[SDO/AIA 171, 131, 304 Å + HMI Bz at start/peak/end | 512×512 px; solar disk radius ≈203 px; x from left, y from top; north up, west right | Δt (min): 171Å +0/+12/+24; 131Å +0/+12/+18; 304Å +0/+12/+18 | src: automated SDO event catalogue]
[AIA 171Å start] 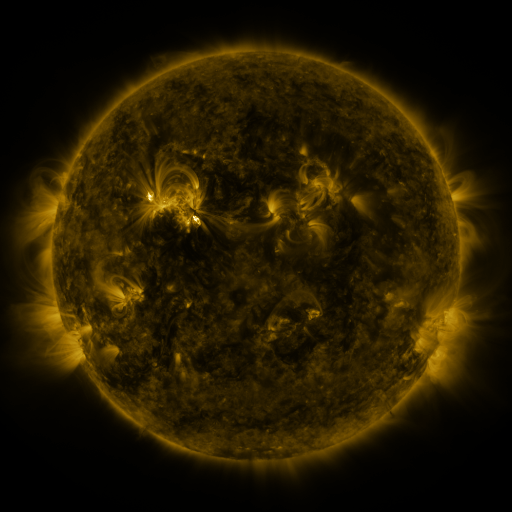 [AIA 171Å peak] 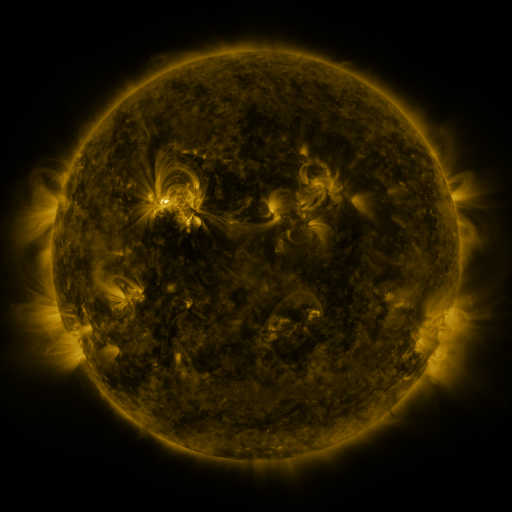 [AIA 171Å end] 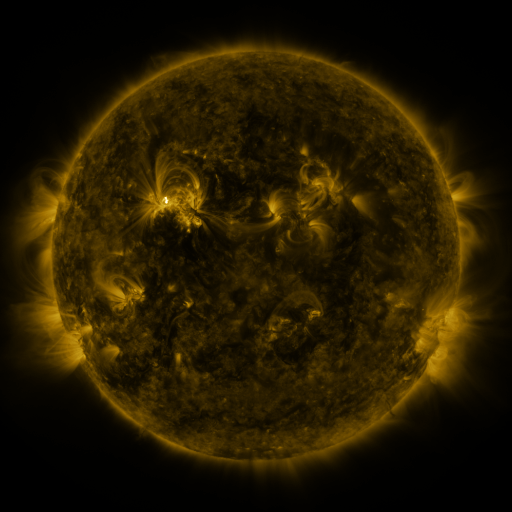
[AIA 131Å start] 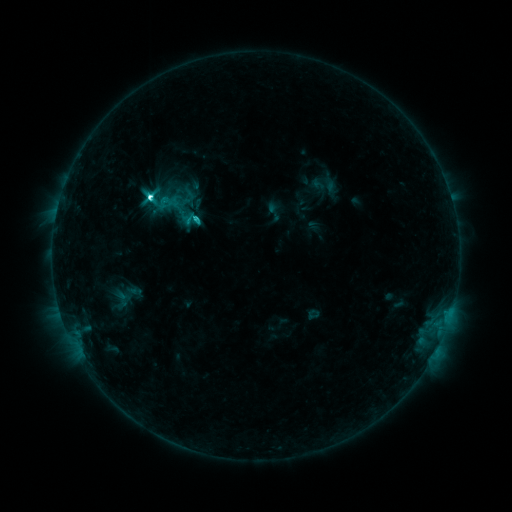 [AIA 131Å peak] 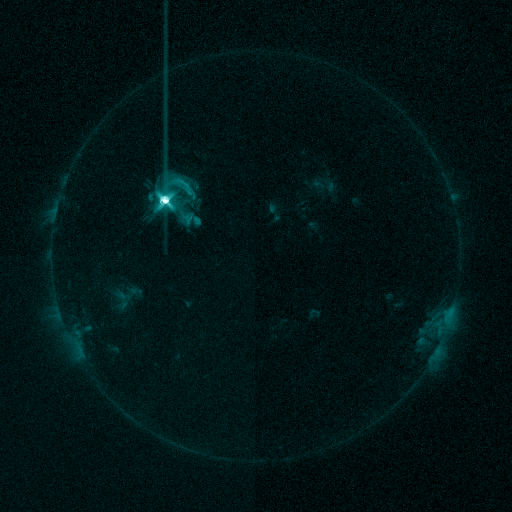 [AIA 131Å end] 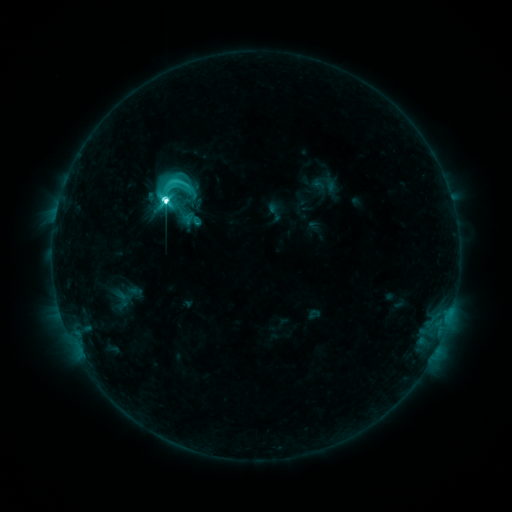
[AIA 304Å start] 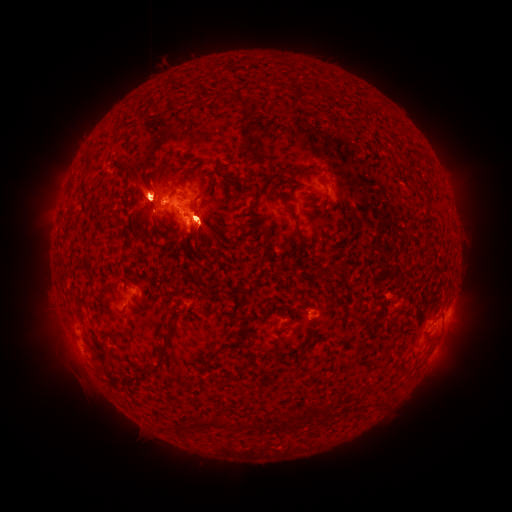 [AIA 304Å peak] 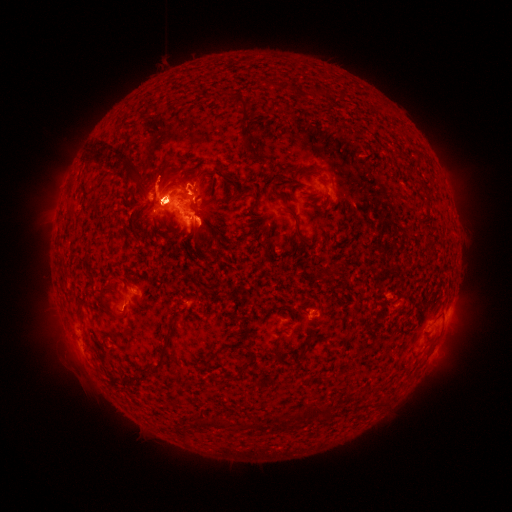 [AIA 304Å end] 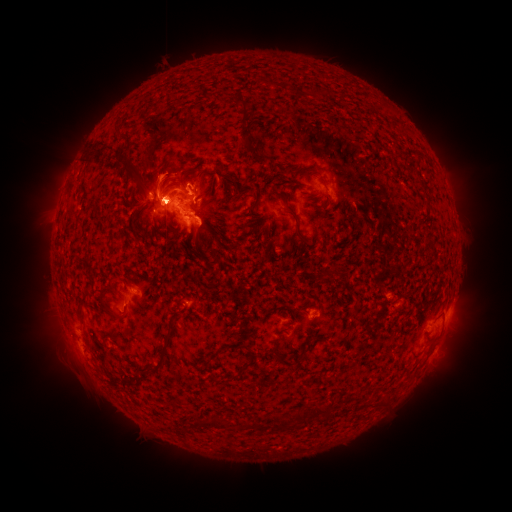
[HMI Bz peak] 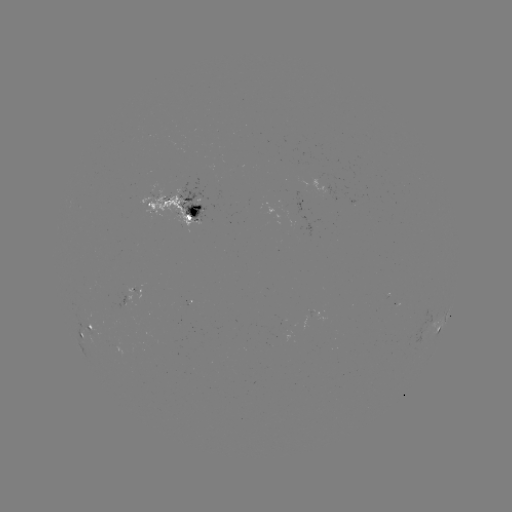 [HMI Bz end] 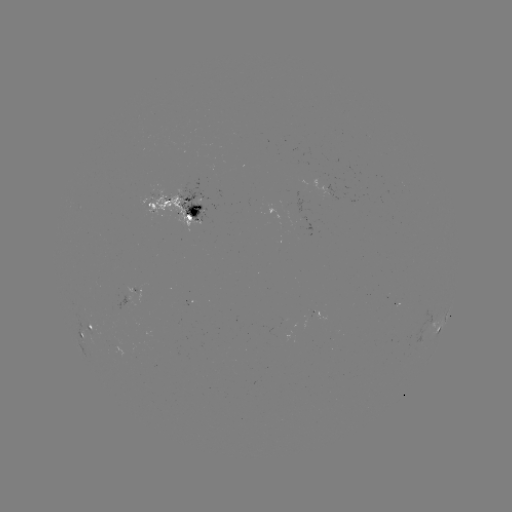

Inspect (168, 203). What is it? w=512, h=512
M4.1 flare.